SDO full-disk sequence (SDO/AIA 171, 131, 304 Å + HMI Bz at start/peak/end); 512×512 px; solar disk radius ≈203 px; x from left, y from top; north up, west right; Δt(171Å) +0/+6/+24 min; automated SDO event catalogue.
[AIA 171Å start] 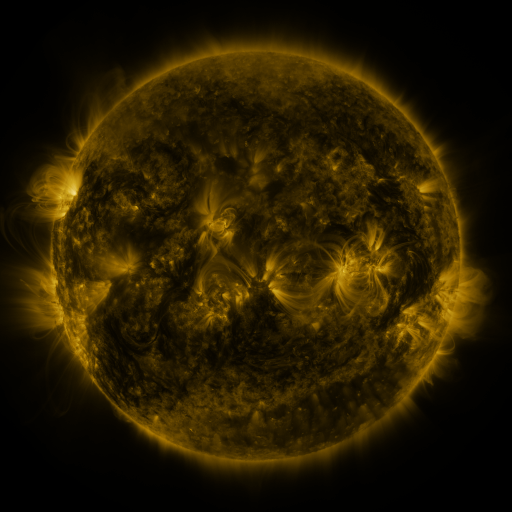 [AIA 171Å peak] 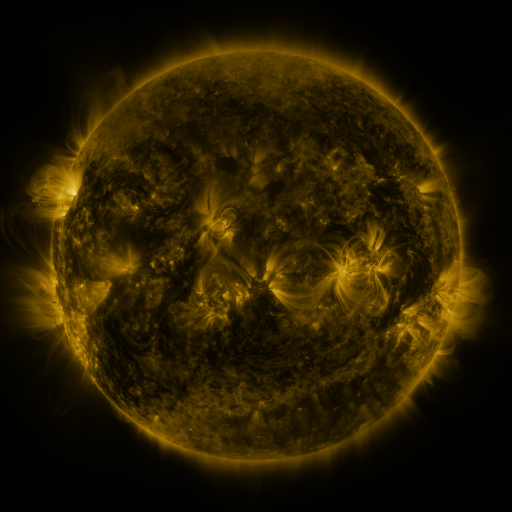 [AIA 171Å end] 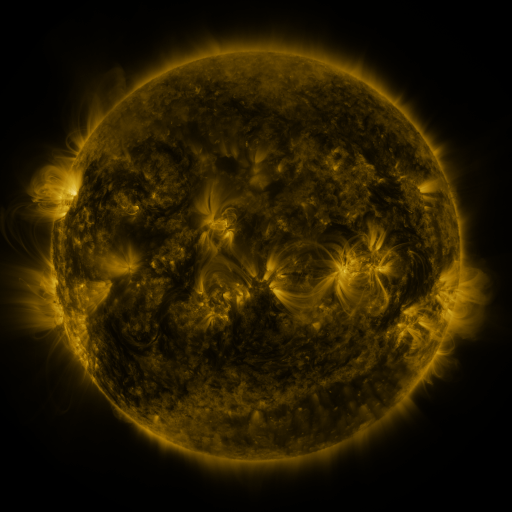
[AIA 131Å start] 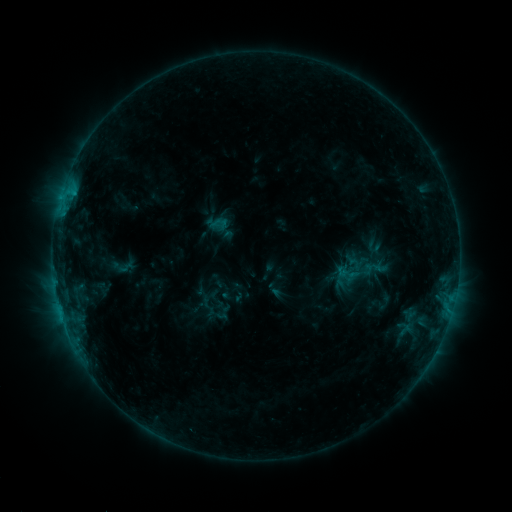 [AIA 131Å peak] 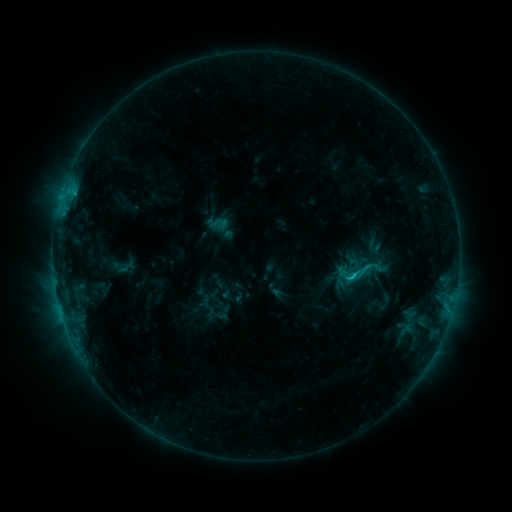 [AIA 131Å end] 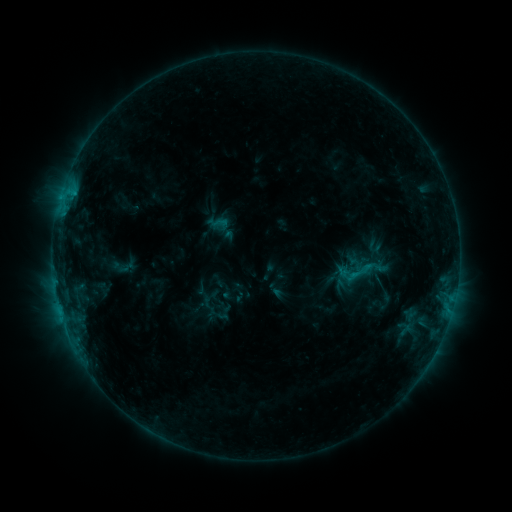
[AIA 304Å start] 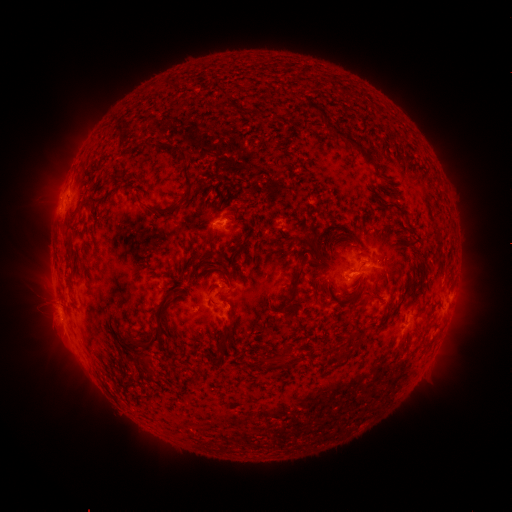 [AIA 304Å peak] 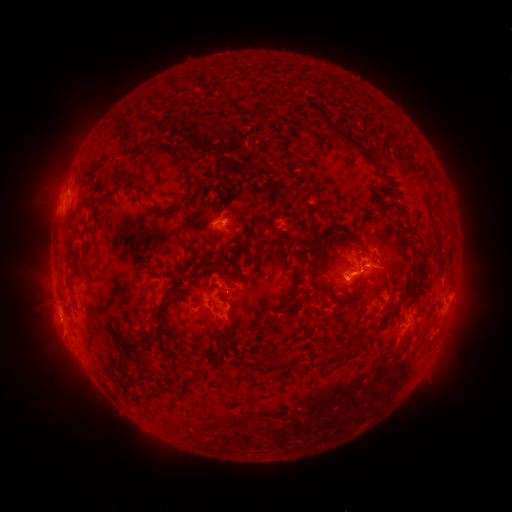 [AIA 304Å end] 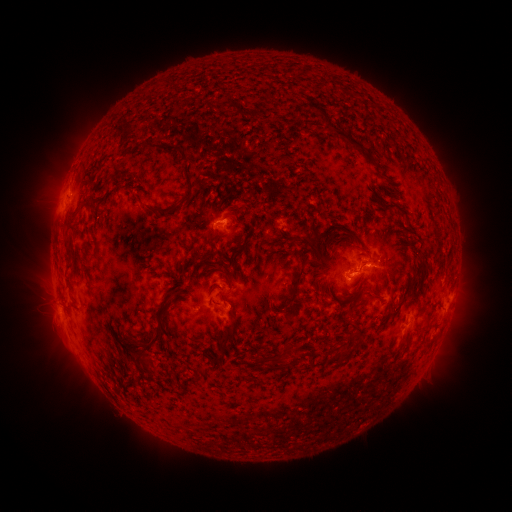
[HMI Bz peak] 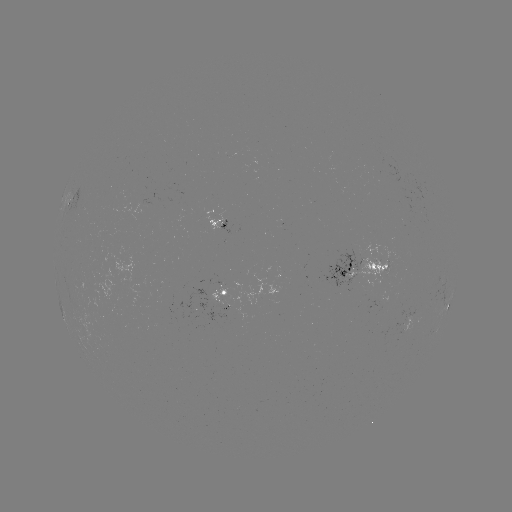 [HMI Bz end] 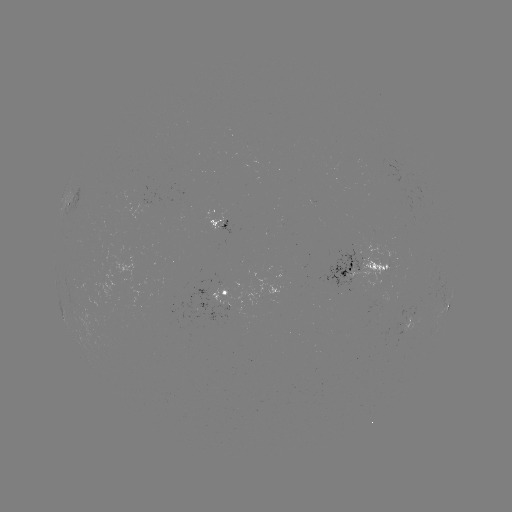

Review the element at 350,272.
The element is C1.2 flare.